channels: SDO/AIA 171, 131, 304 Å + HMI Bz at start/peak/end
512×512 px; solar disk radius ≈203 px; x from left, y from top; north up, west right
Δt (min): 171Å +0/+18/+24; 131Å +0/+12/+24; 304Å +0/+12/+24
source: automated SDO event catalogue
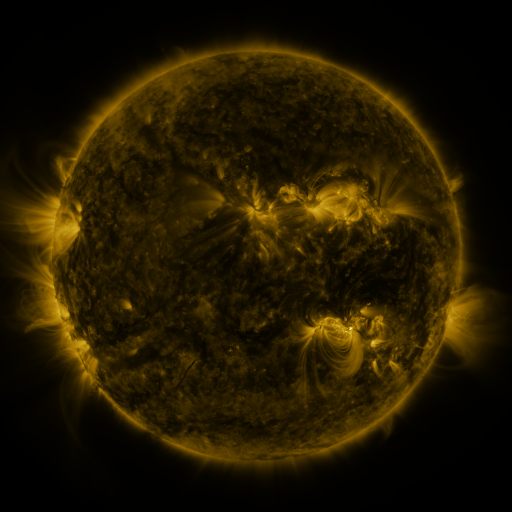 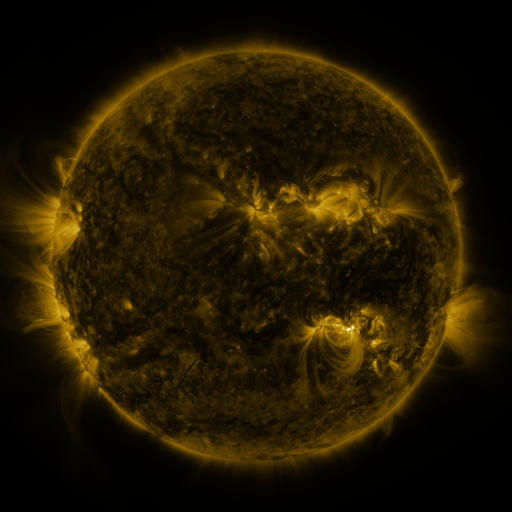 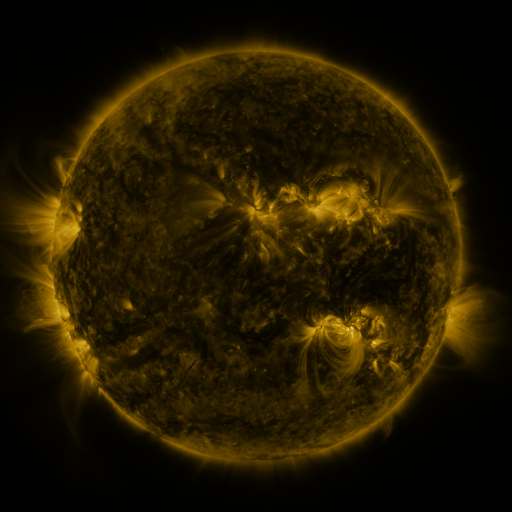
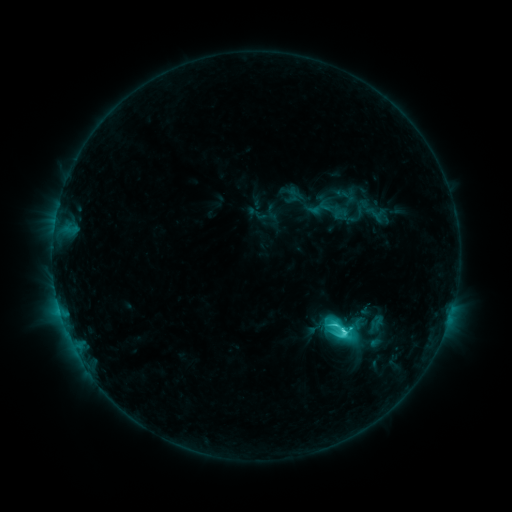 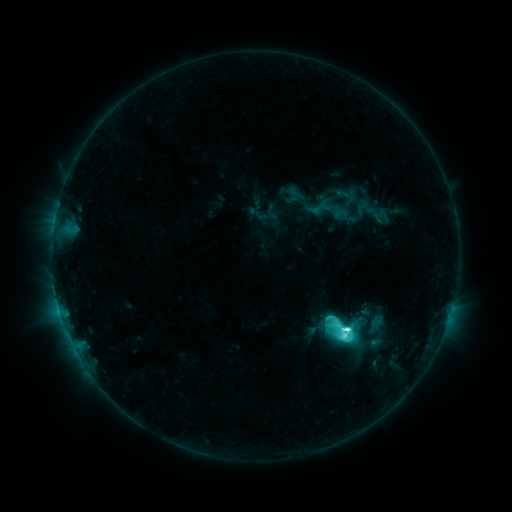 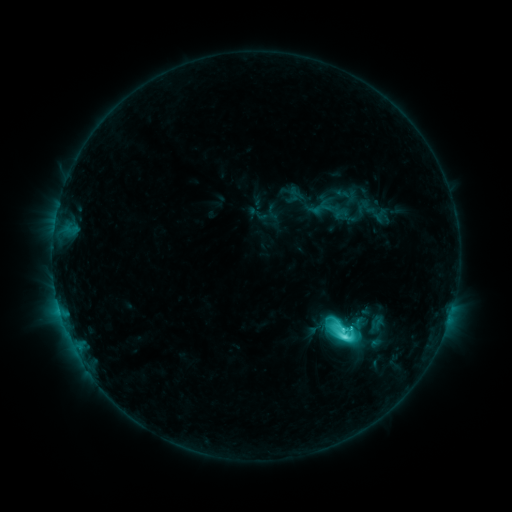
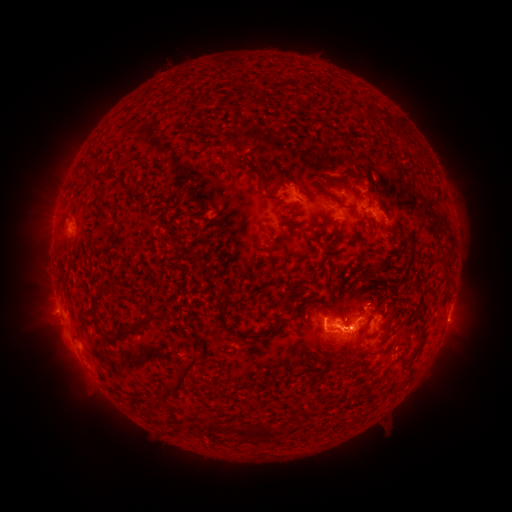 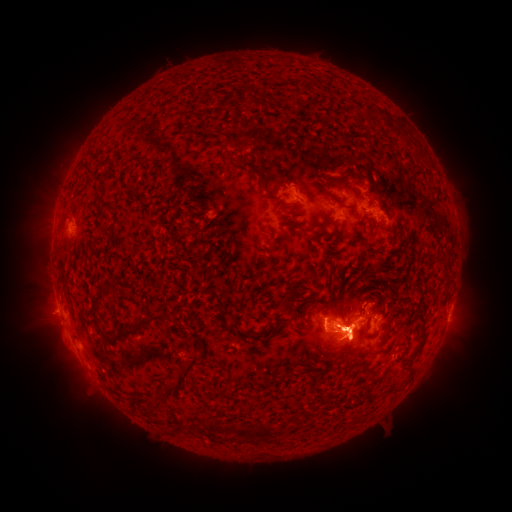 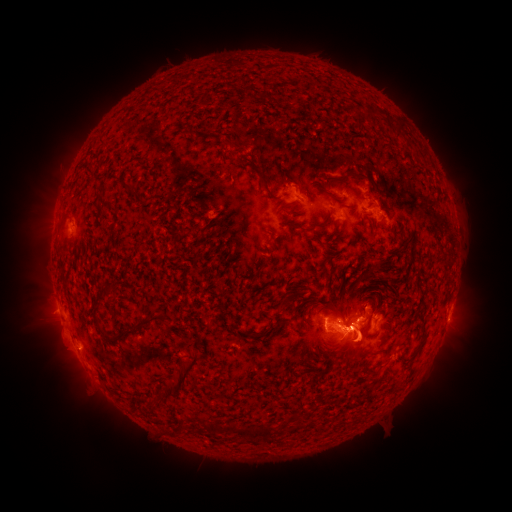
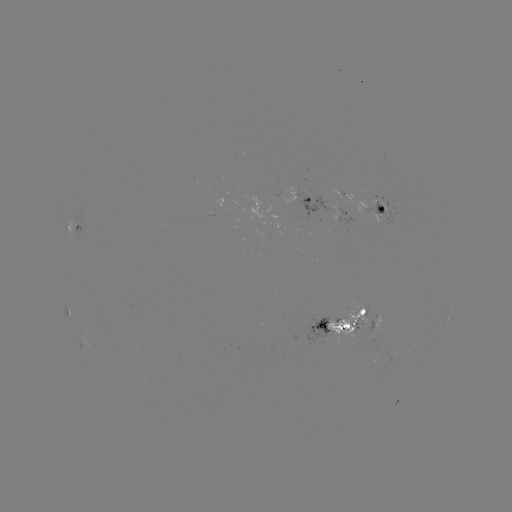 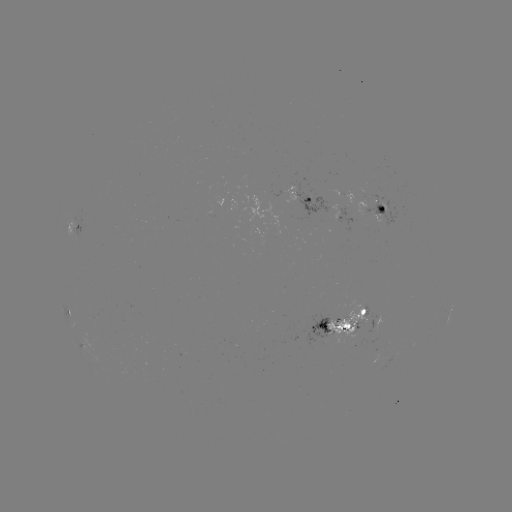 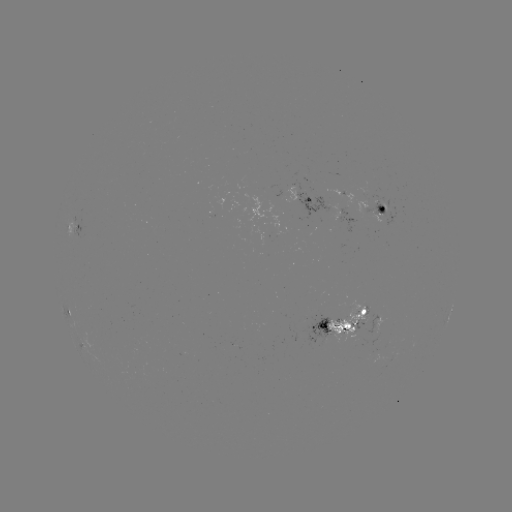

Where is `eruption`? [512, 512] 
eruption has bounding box [287, 273, 479, 410].